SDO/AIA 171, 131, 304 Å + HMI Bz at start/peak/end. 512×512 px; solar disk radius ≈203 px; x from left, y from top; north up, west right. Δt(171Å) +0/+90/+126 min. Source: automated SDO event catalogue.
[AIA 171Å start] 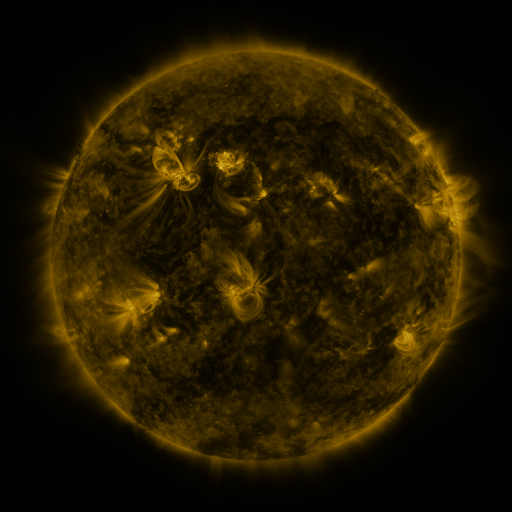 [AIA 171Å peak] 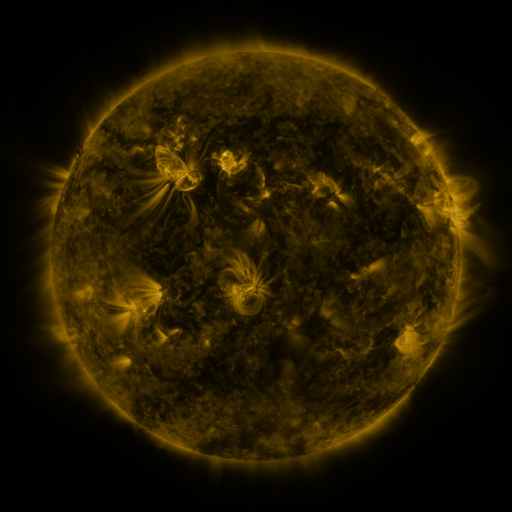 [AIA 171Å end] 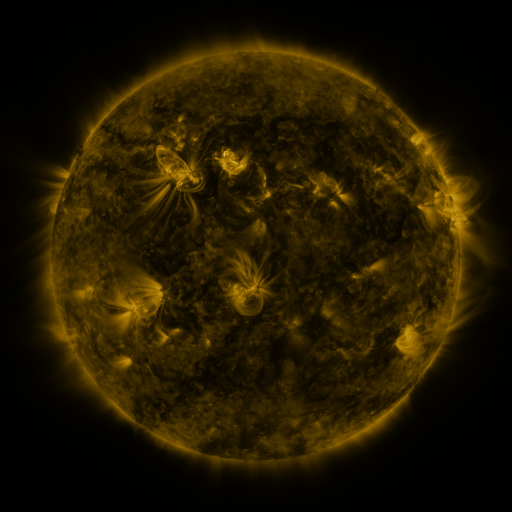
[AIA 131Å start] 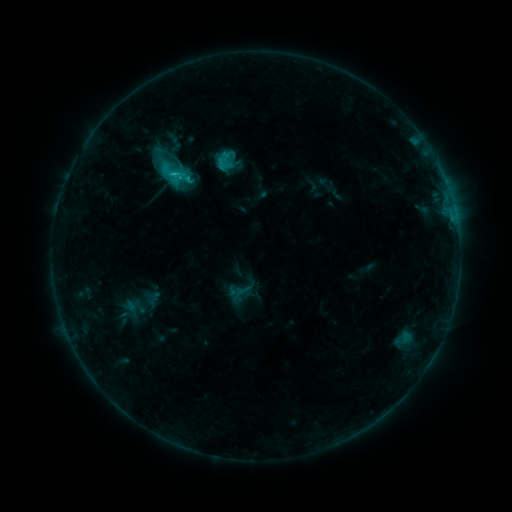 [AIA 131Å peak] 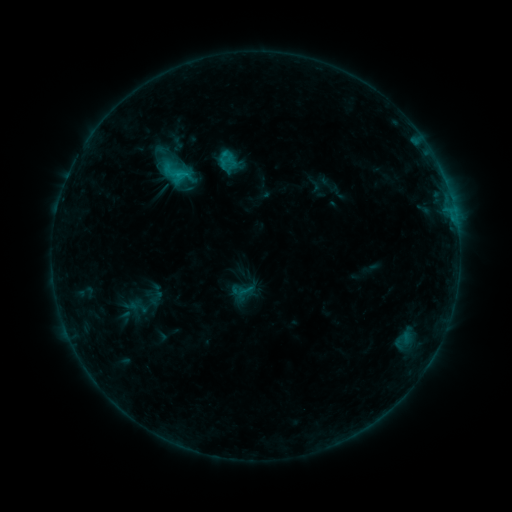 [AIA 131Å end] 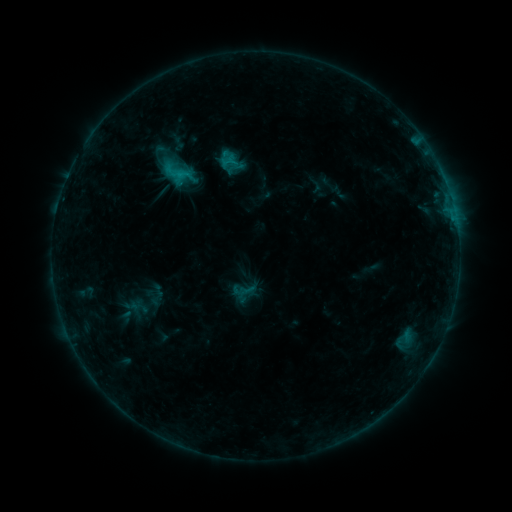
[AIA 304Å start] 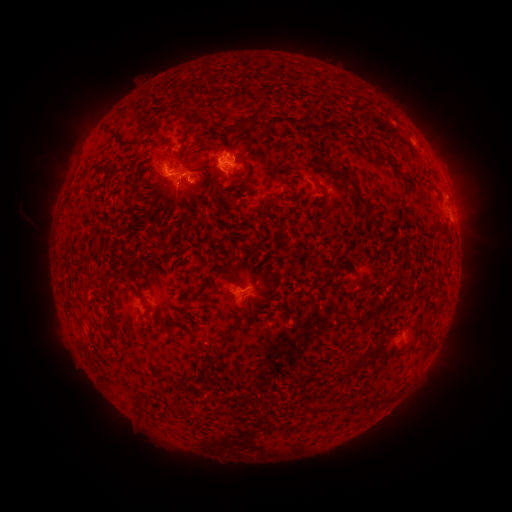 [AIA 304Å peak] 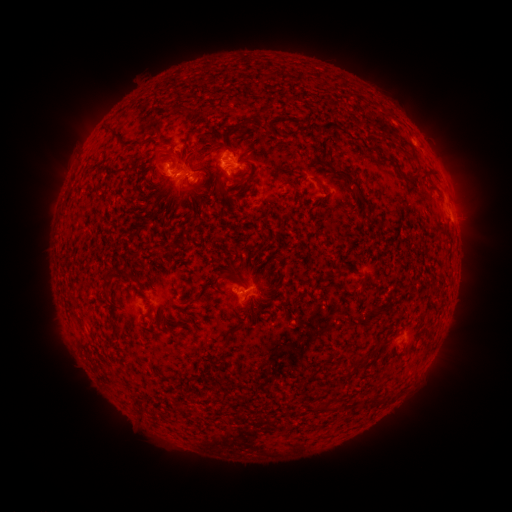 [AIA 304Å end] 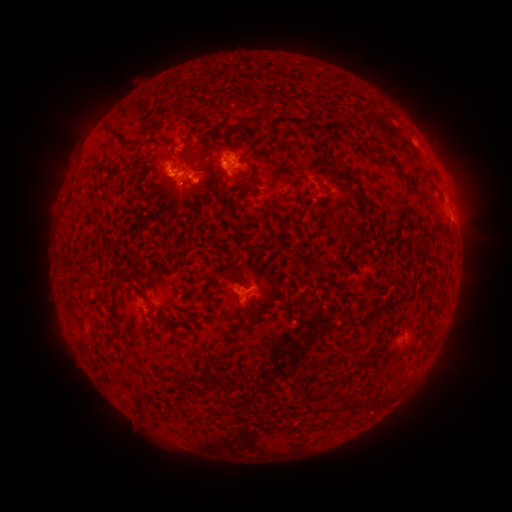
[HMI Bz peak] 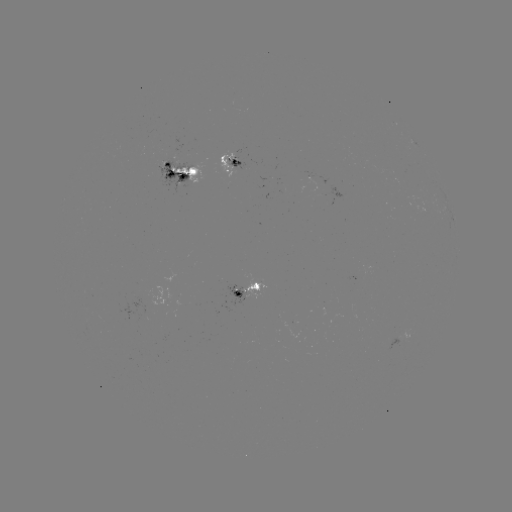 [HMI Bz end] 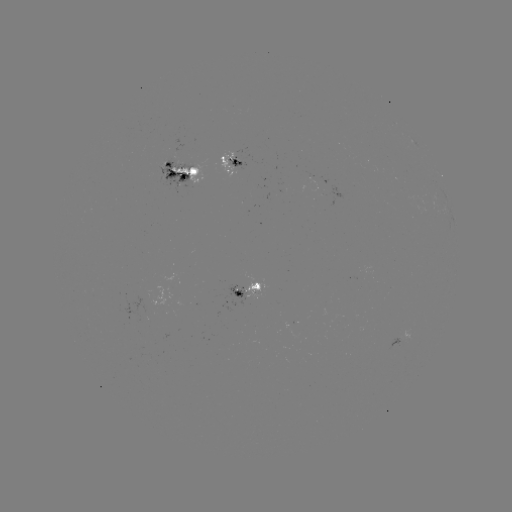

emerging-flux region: [302, 172, 315, 190]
